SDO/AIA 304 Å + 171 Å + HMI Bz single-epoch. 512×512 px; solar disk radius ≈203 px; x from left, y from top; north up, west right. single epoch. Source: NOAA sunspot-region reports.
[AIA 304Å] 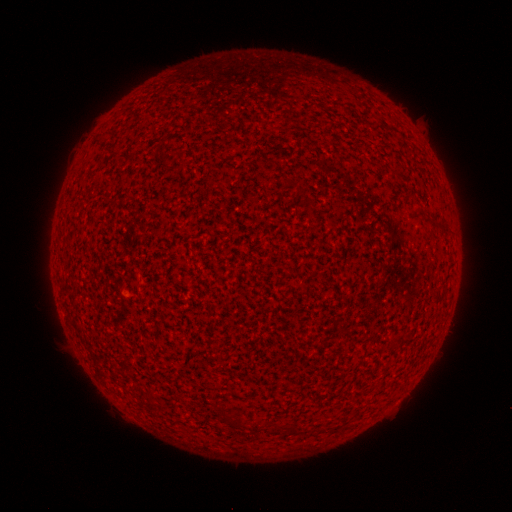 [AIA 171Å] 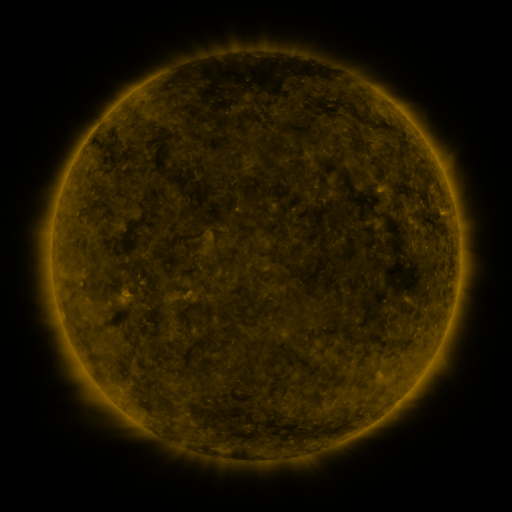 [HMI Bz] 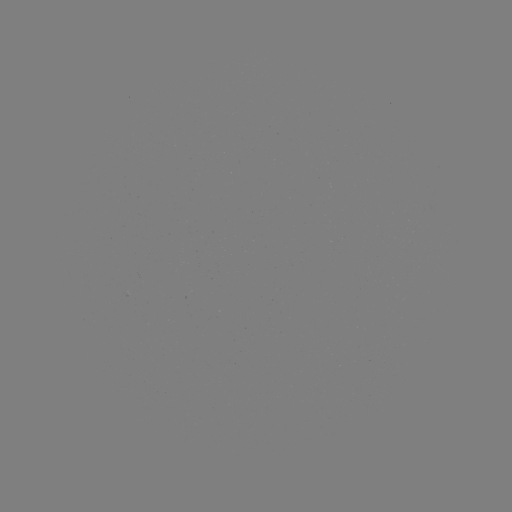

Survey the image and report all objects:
(none)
